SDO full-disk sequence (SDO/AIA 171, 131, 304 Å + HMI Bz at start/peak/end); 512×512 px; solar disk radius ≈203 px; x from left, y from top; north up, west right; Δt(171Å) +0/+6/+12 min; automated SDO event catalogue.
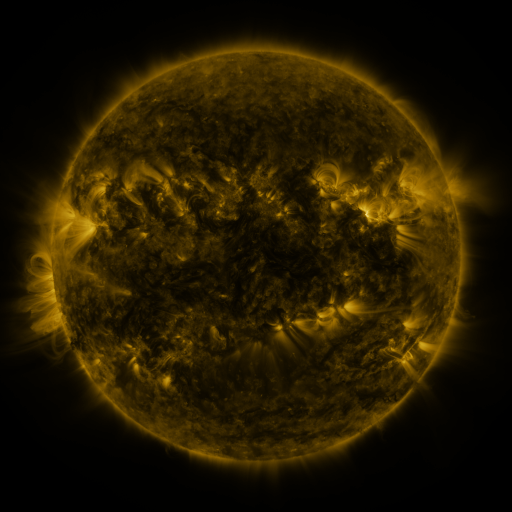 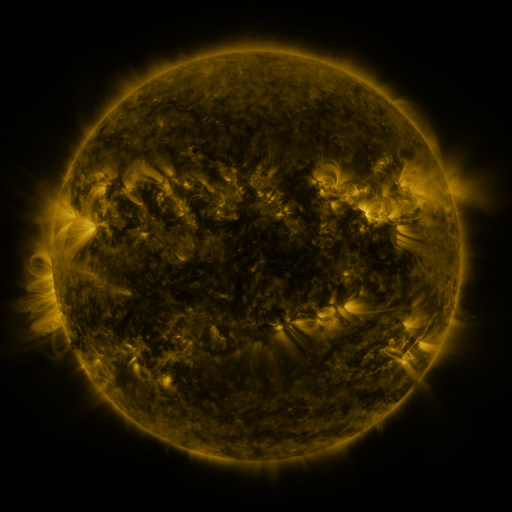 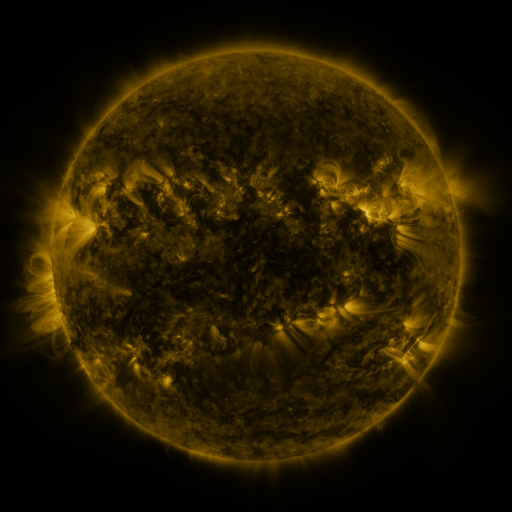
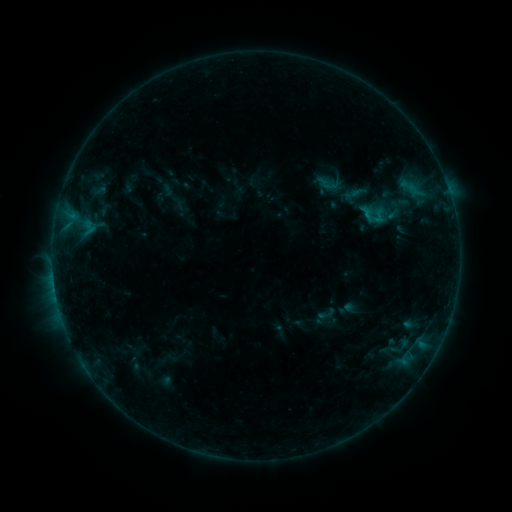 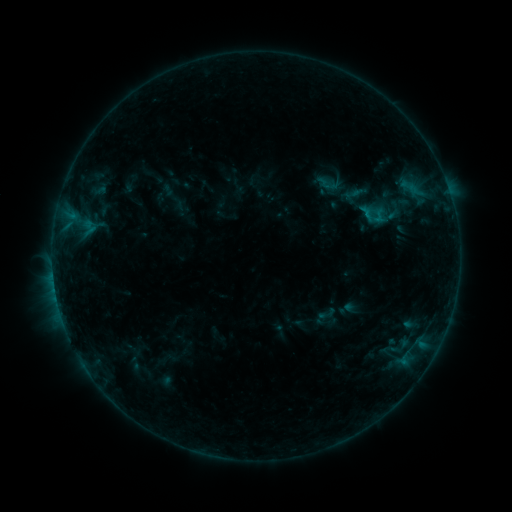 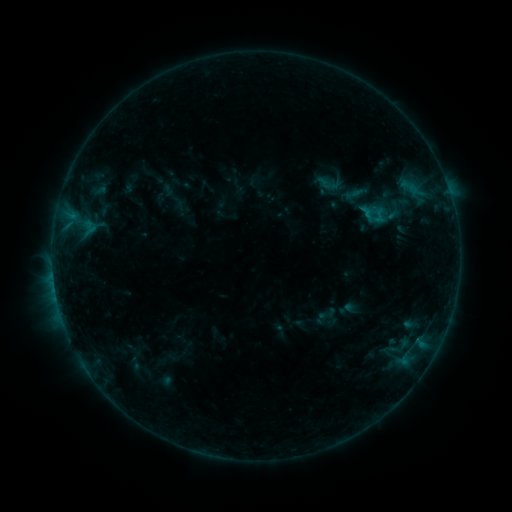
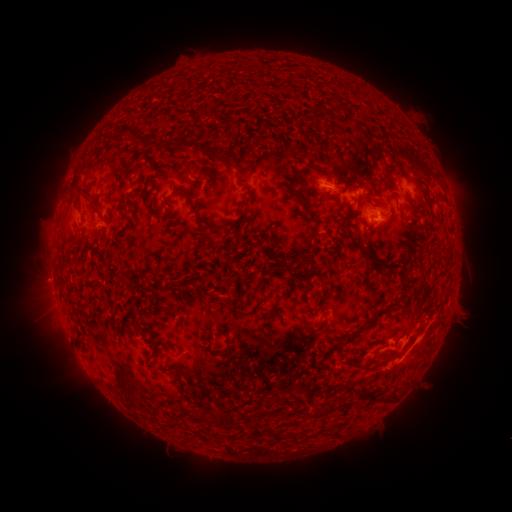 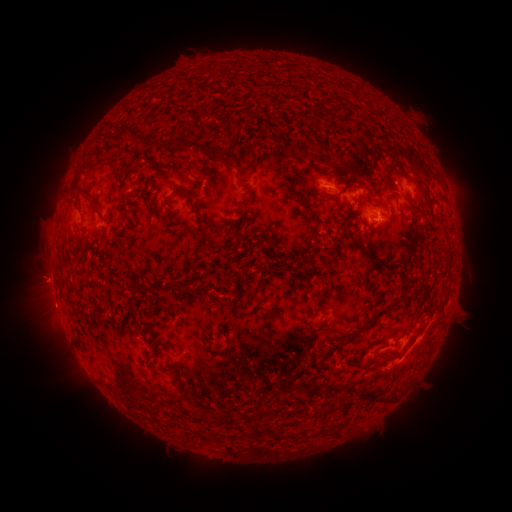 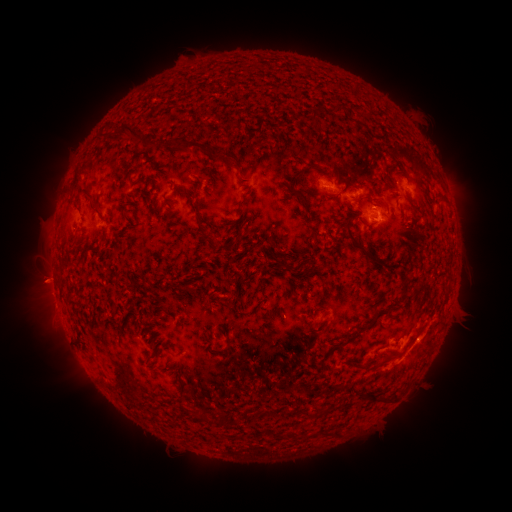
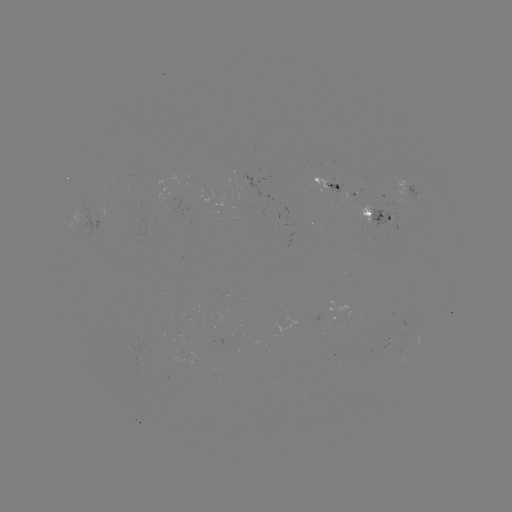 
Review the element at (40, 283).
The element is eruption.